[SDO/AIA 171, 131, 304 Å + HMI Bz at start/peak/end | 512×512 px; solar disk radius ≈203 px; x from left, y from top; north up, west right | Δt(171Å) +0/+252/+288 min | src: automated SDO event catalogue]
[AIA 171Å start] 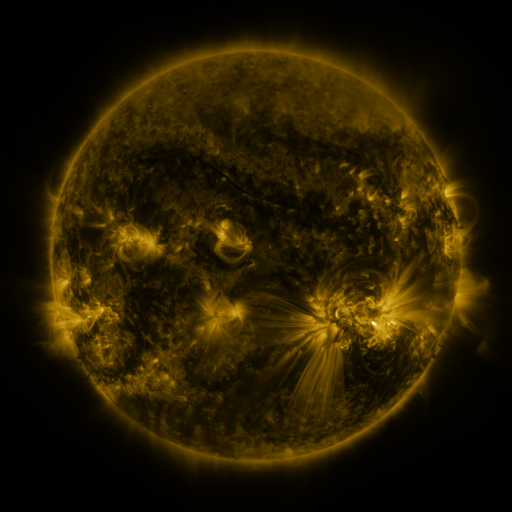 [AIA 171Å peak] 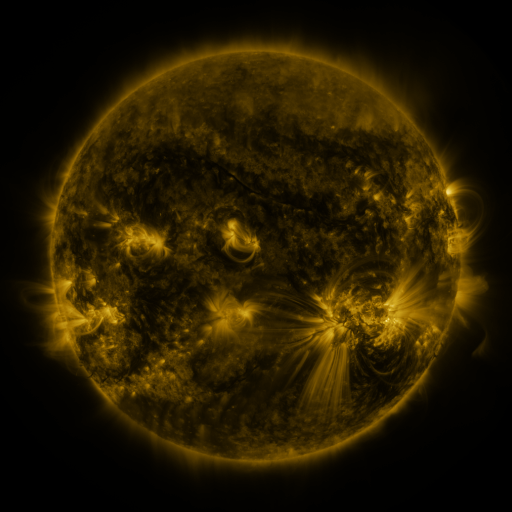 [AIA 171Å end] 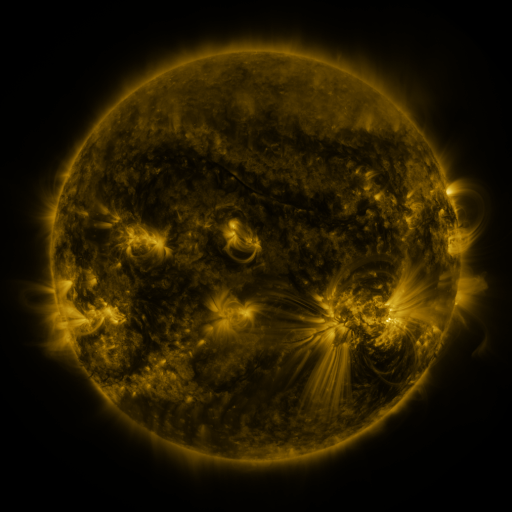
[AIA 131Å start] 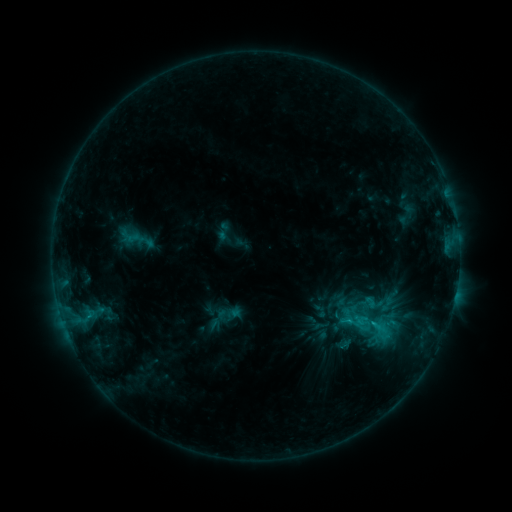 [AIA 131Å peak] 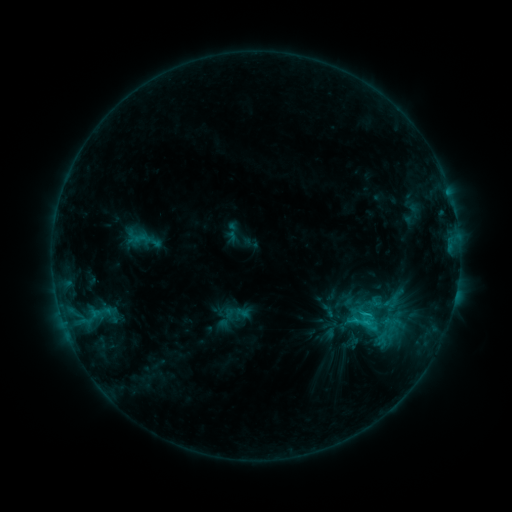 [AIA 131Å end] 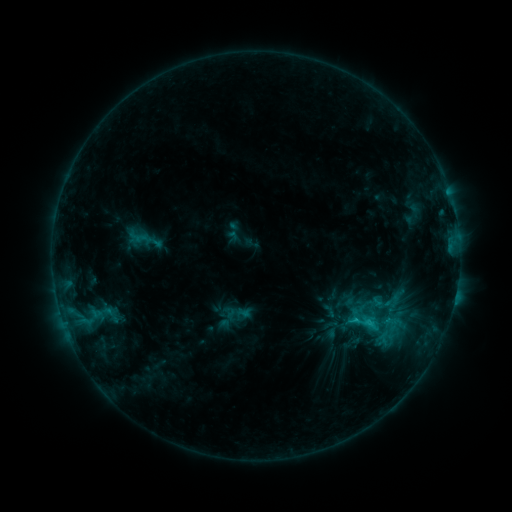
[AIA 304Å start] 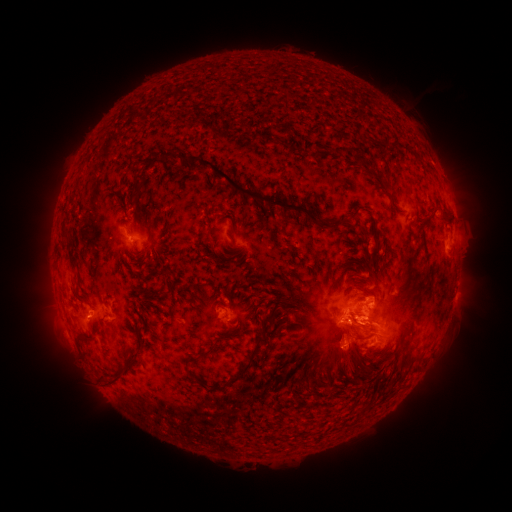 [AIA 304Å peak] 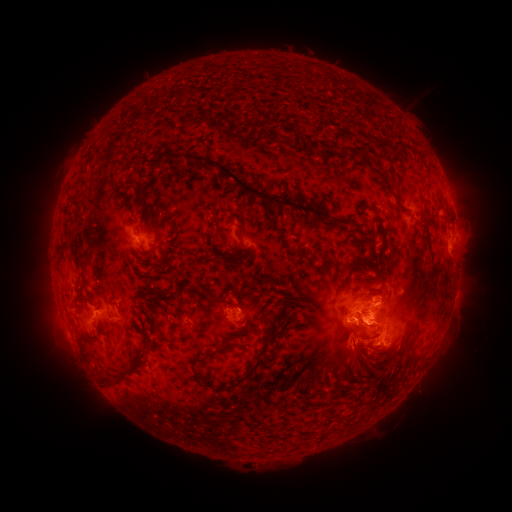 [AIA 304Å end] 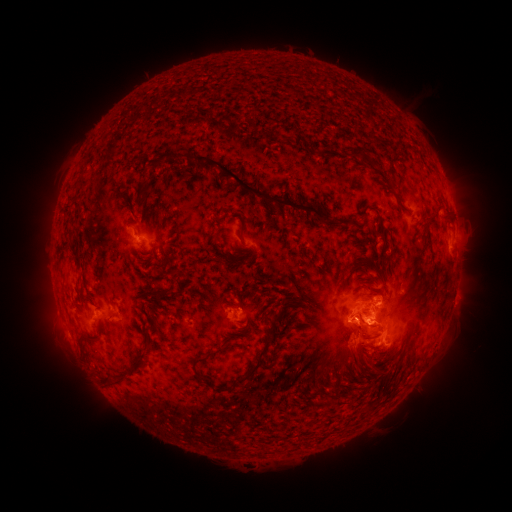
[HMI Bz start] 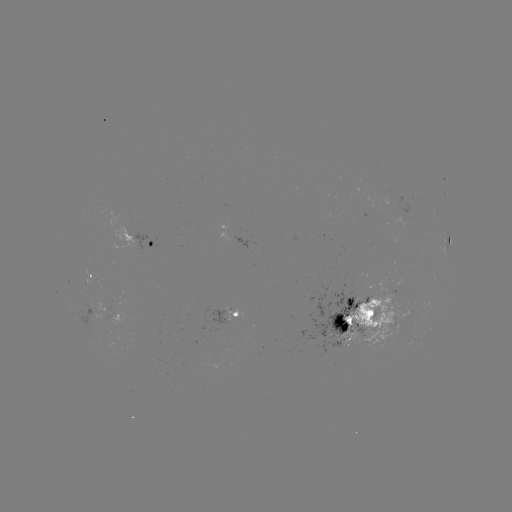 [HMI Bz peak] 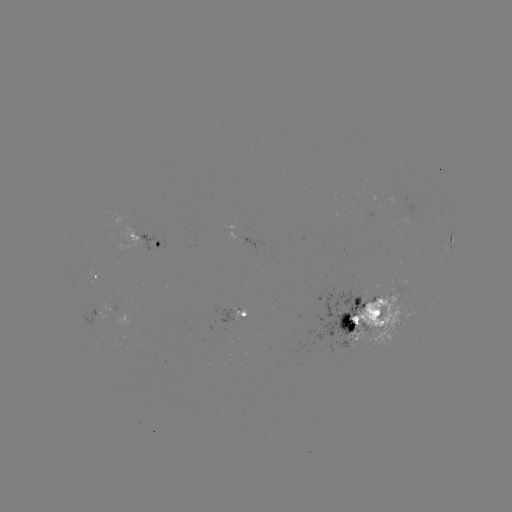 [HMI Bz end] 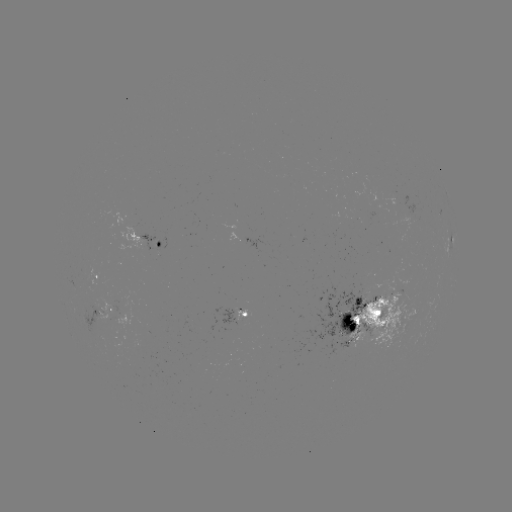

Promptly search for emerging-flux region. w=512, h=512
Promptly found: (240, 312).